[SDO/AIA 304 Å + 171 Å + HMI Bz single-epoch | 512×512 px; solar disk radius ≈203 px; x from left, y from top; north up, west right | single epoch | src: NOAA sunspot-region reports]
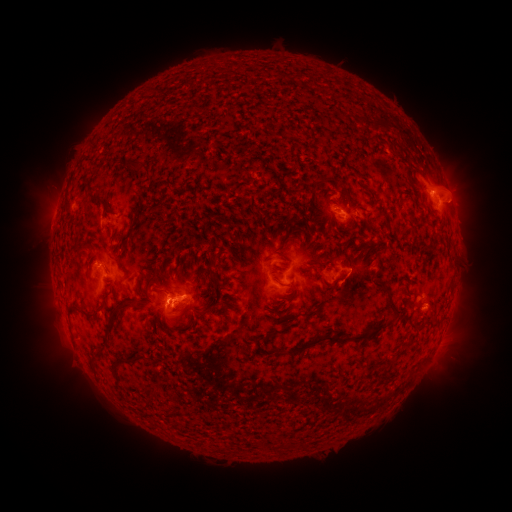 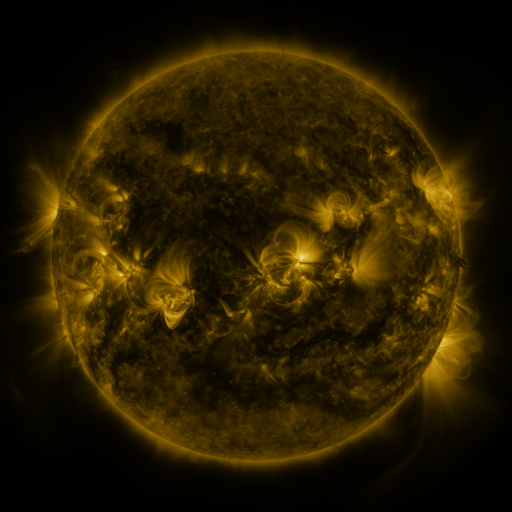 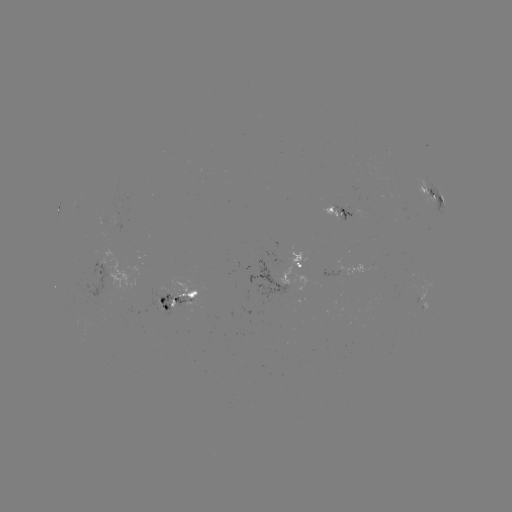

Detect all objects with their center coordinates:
spotted active region: (433, 196)
spotted active region: (341, 211)
spotted active region: (301, 262)
spotted active region: (99, 268)
spotted active region: (171, 300)
